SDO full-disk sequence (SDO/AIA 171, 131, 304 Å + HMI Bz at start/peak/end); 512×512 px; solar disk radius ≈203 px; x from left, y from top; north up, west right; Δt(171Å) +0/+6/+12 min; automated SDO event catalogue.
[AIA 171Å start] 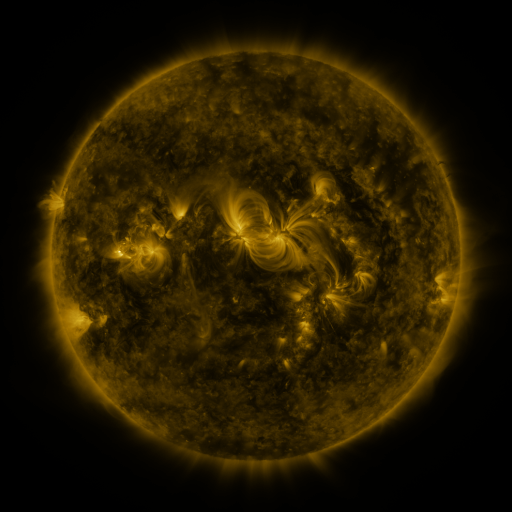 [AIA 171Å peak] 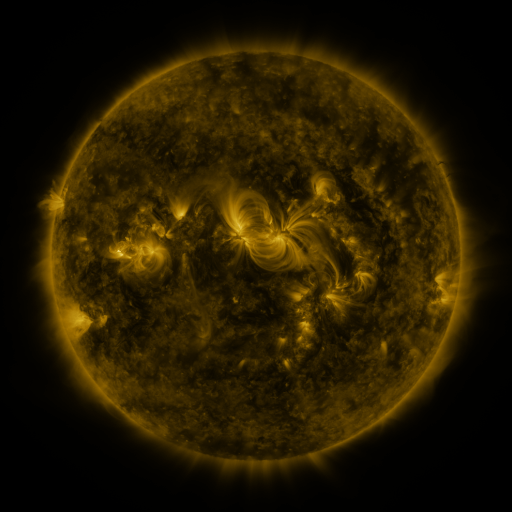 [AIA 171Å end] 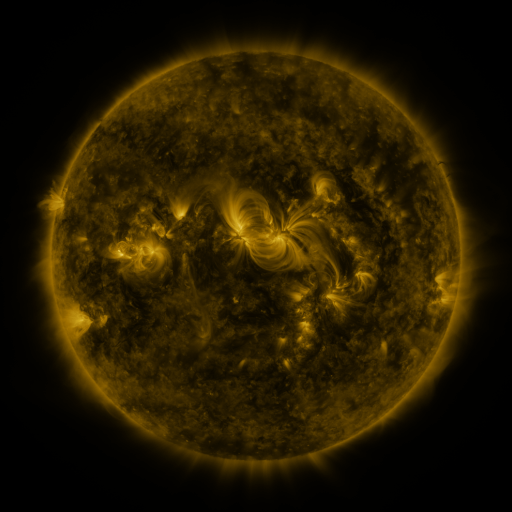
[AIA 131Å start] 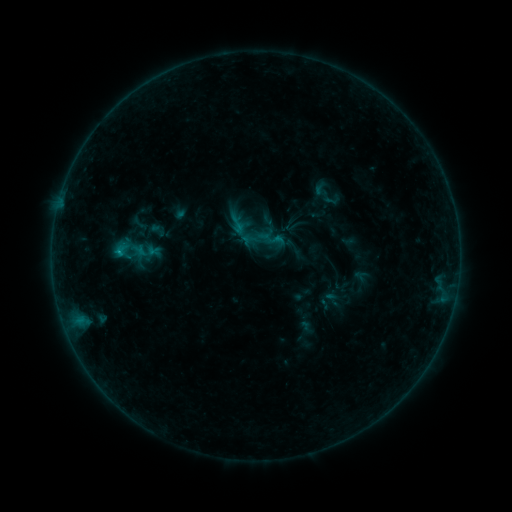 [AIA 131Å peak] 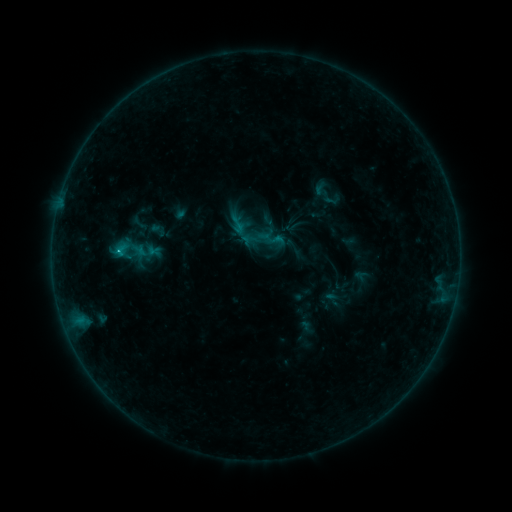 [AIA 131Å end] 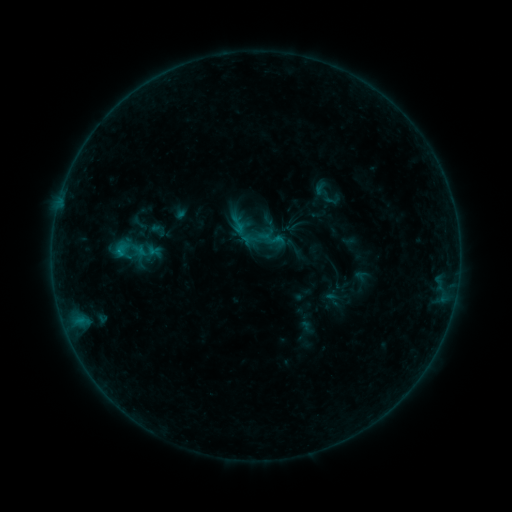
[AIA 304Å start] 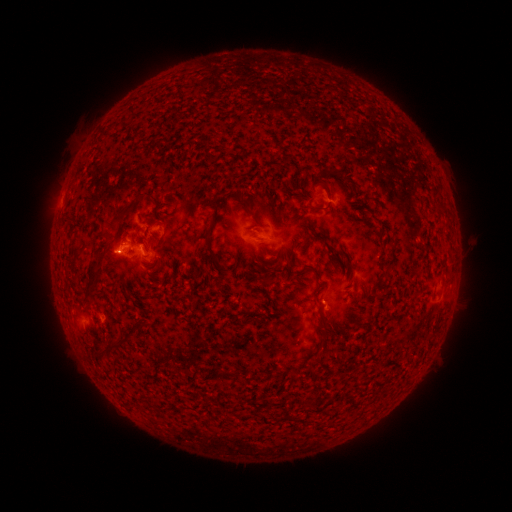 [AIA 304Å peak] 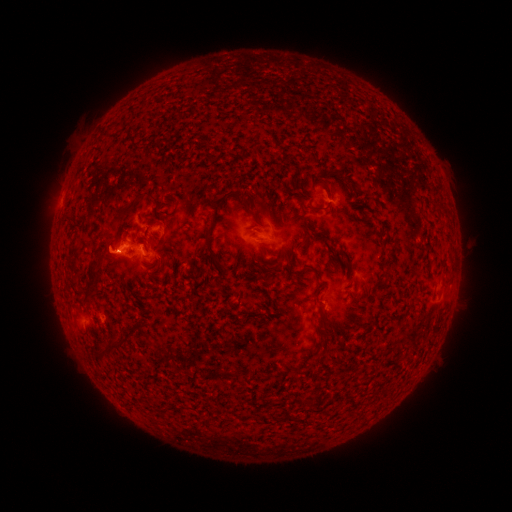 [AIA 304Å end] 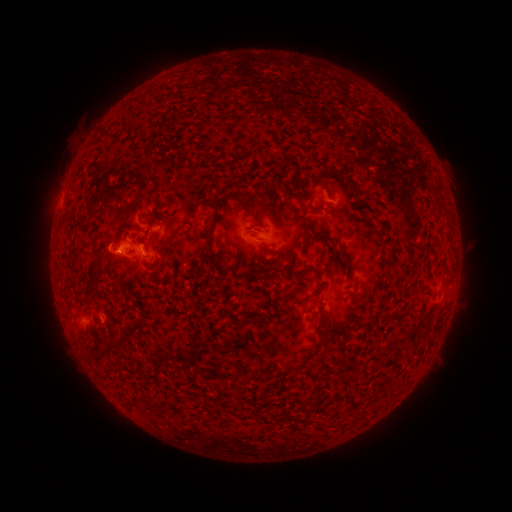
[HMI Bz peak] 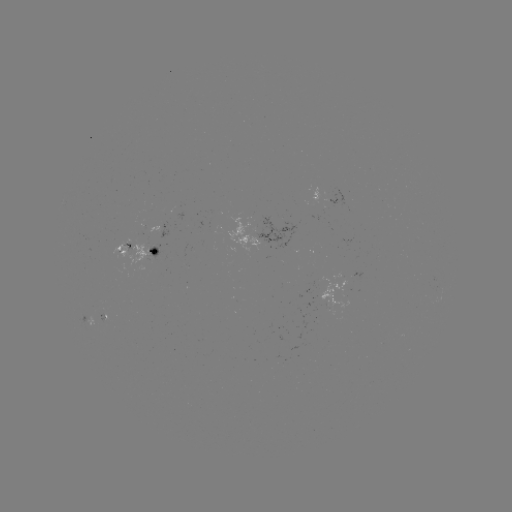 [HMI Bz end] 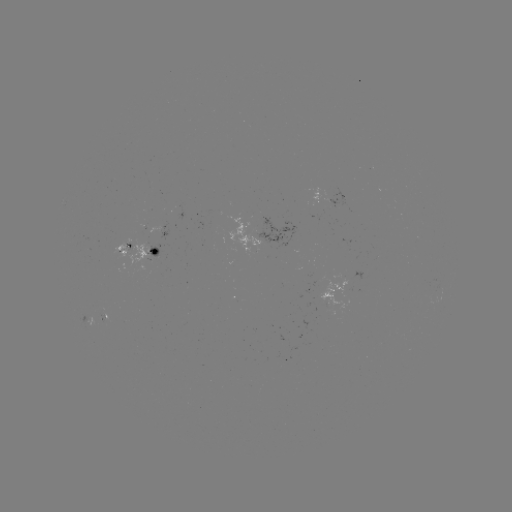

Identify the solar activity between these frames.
B5.9 flare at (119, 253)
